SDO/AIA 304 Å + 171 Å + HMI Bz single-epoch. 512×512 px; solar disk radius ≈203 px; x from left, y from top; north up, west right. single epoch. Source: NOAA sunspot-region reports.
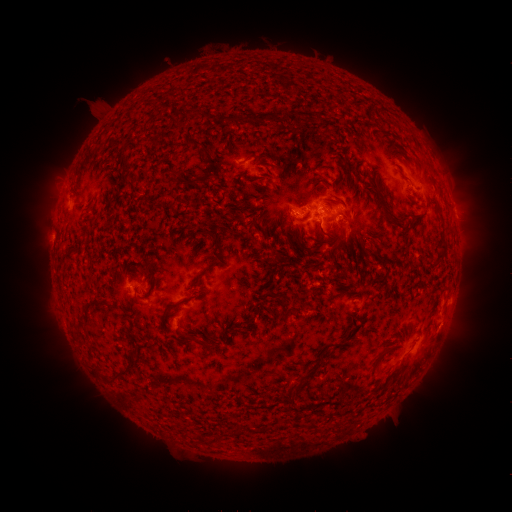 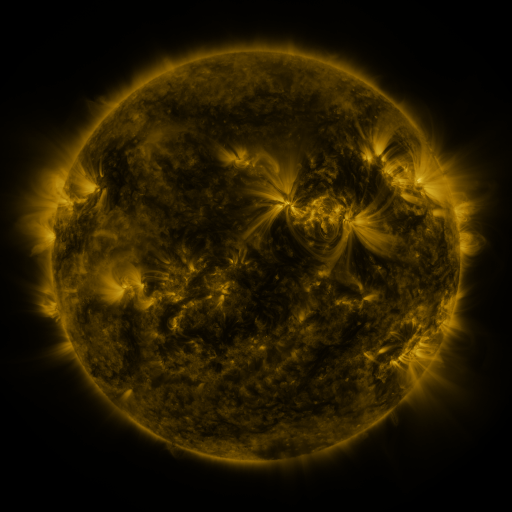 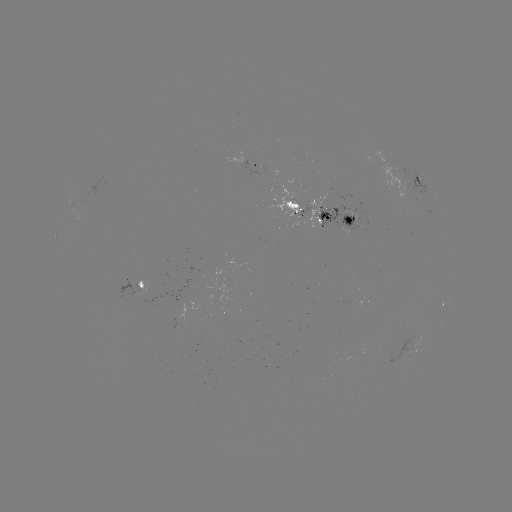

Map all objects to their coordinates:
spotted active region: (256, 164)
spotted active region: (421, 181)
spotted active region: (322, 219)
spotted active region: (138, 285)
spotted active region: (444, 307)
spotted active region: (414, 354)
